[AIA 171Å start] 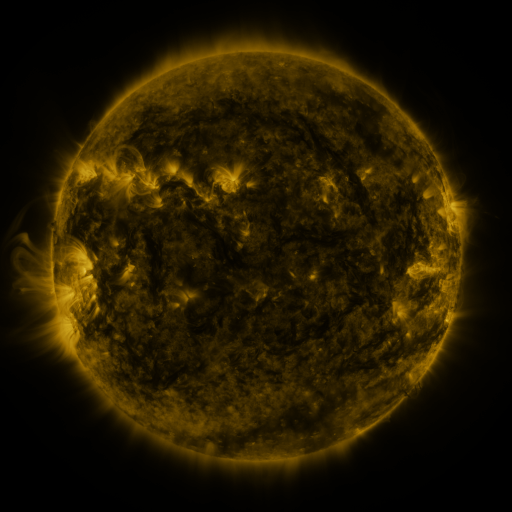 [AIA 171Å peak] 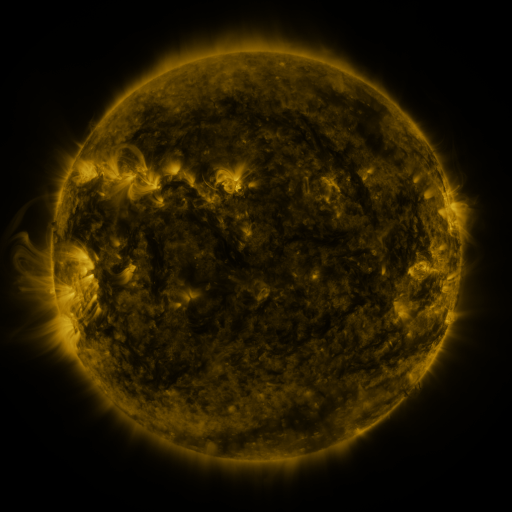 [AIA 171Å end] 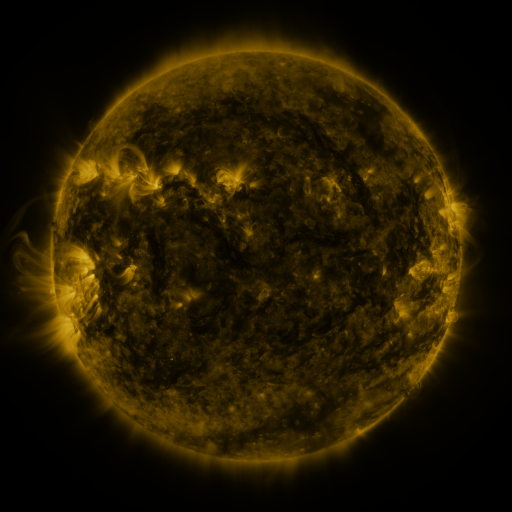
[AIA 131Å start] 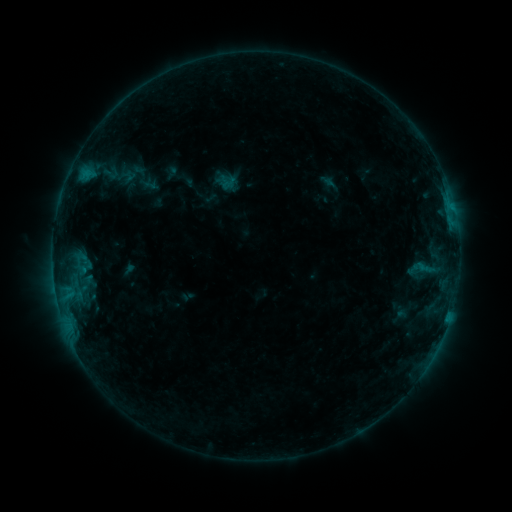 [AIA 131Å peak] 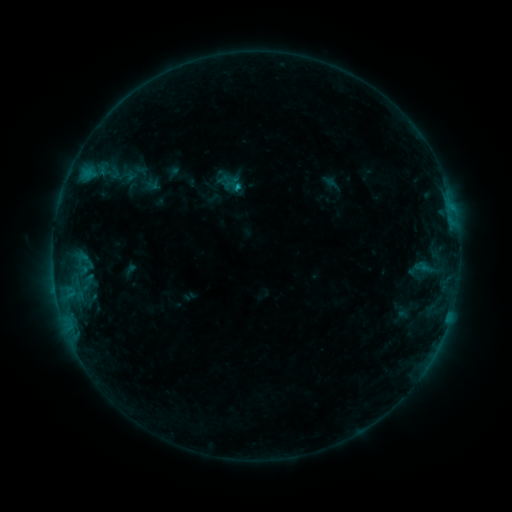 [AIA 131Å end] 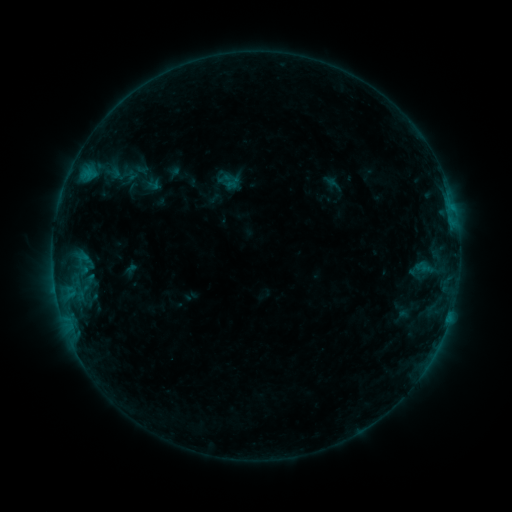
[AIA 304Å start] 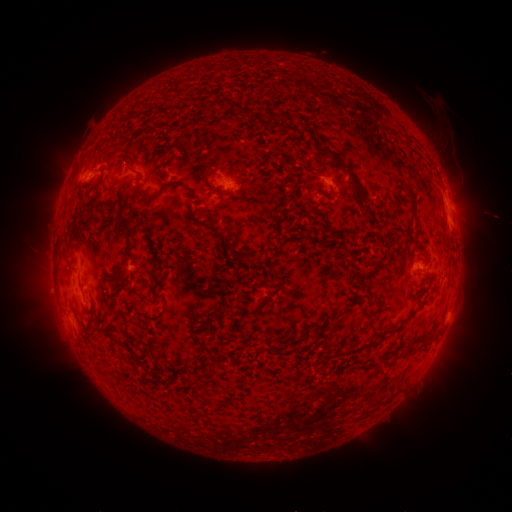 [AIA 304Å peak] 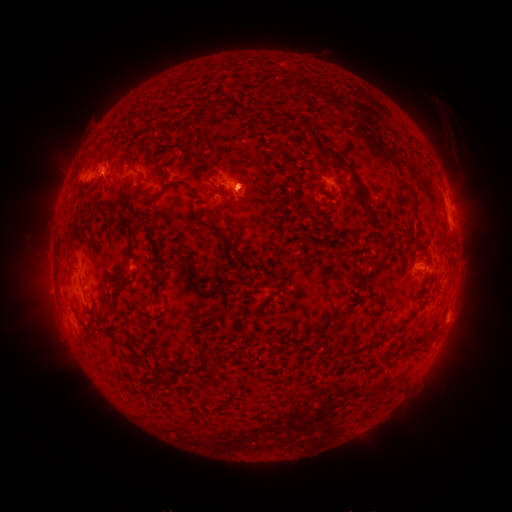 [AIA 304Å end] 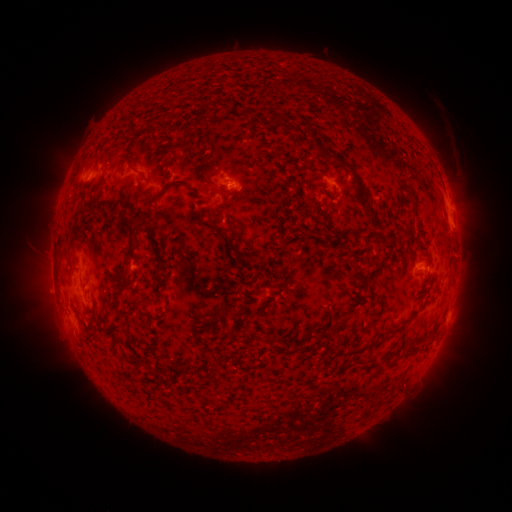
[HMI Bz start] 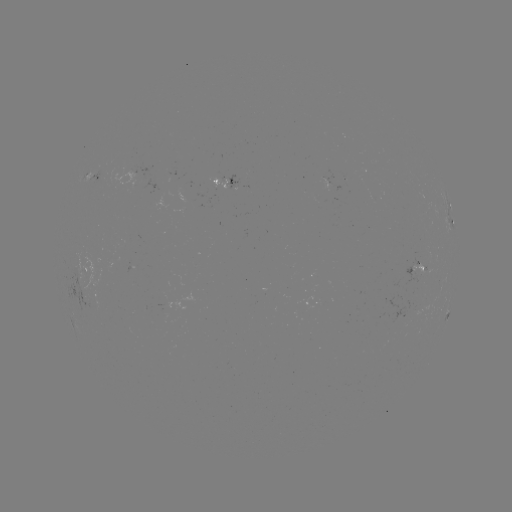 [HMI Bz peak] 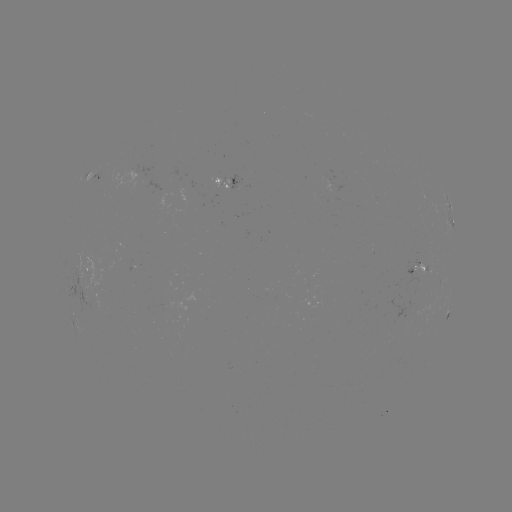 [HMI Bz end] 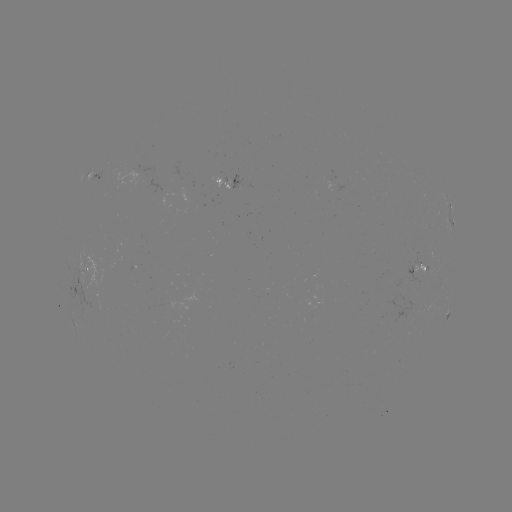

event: emerging-flux region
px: (212, 188)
